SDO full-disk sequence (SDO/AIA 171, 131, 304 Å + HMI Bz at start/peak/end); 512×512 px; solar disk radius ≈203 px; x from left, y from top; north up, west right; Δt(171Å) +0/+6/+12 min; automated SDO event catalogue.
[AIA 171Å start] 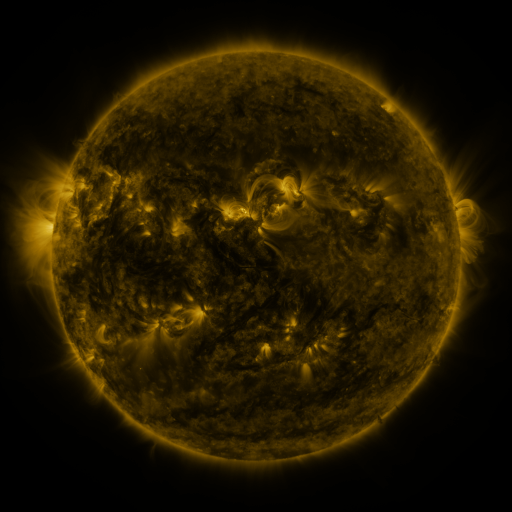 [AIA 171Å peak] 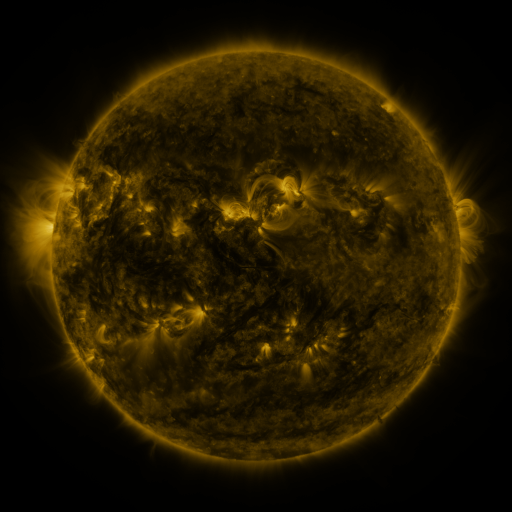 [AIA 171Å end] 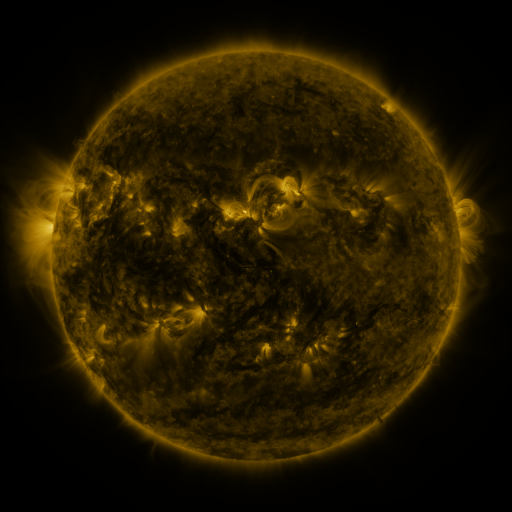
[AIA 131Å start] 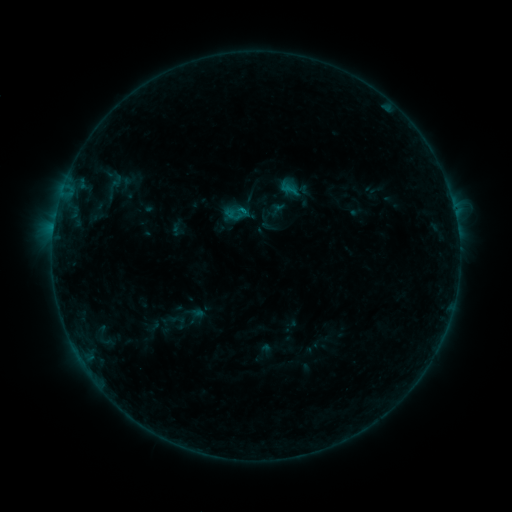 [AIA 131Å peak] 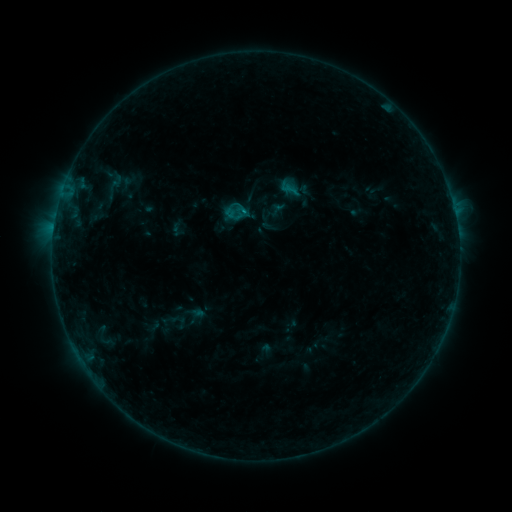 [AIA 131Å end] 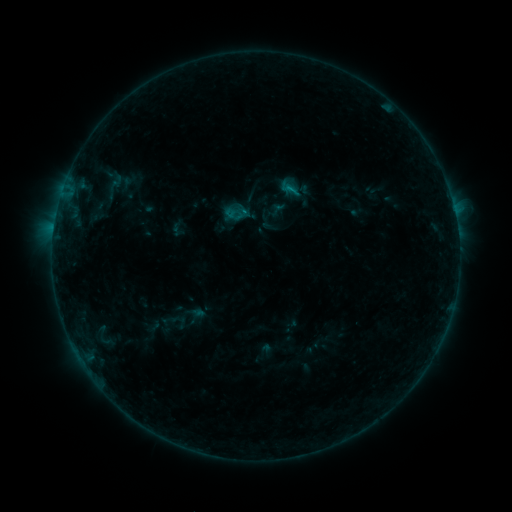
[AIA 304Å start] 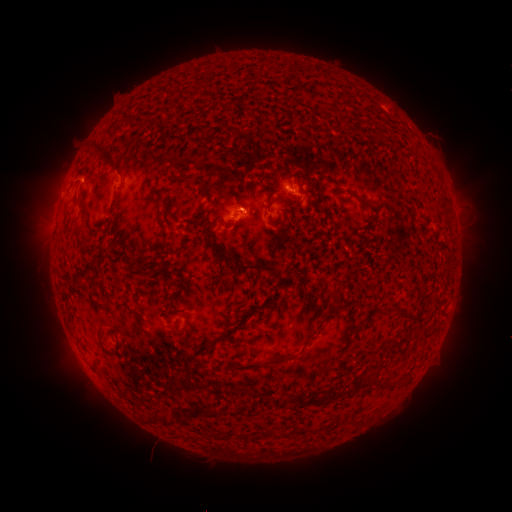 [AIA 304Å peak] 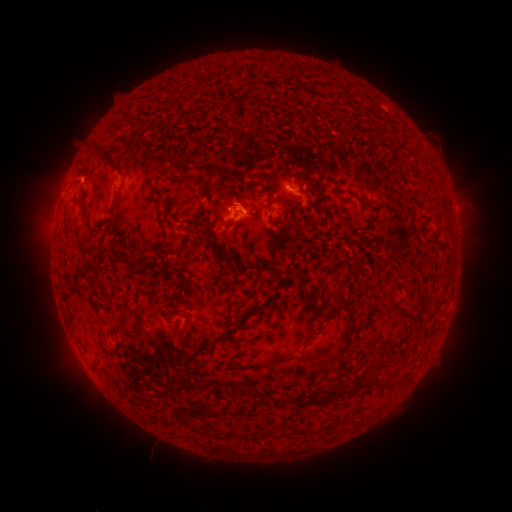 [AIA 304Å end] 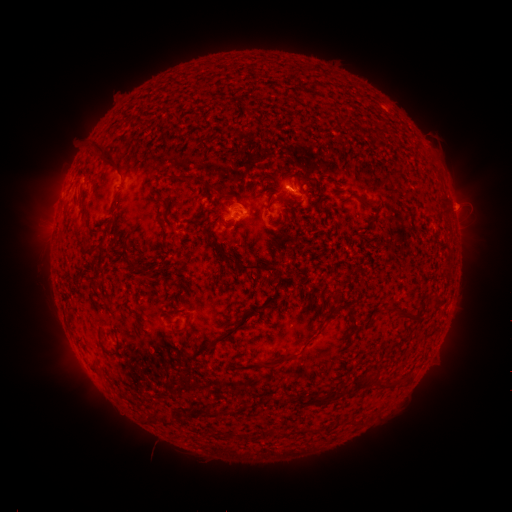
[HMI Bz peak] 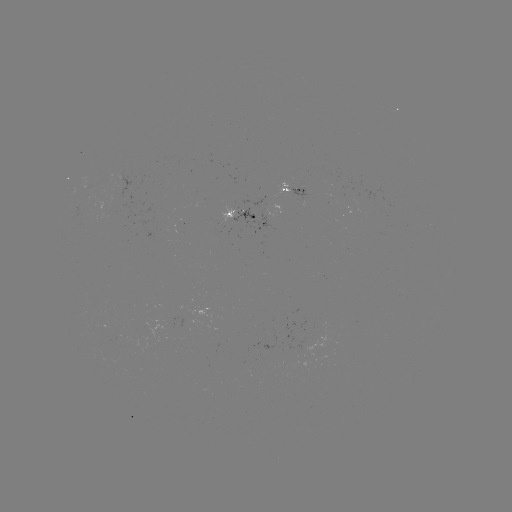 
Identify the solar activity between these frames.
B5.7 flare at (245, 212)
